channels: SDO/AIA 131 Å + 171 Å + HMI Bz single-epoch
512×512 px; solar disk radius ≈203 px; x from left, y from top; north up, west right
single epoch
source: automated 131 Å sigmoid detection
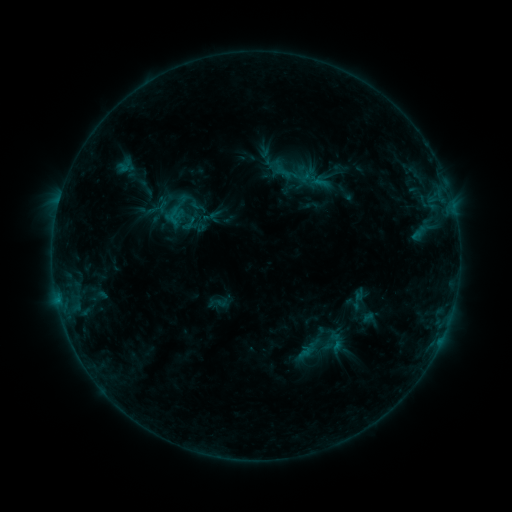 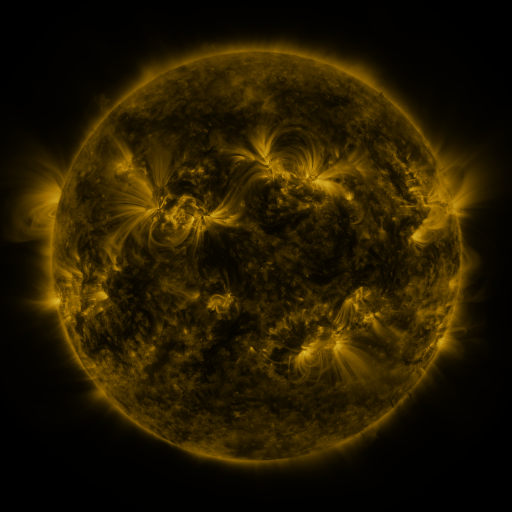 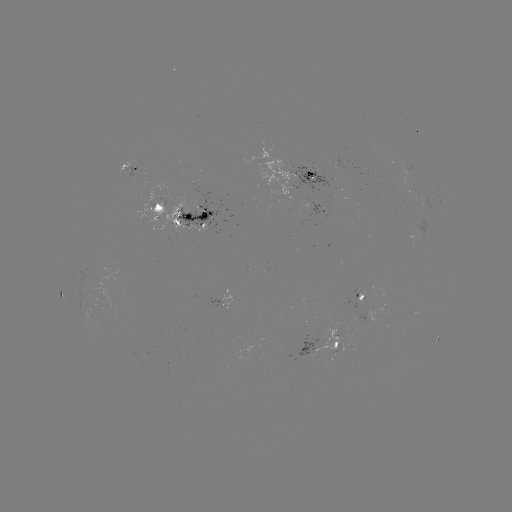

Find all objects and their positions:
sigmoid: [168, 185, 189, 206]
sigmoid: [181, 215, 199, 233]
